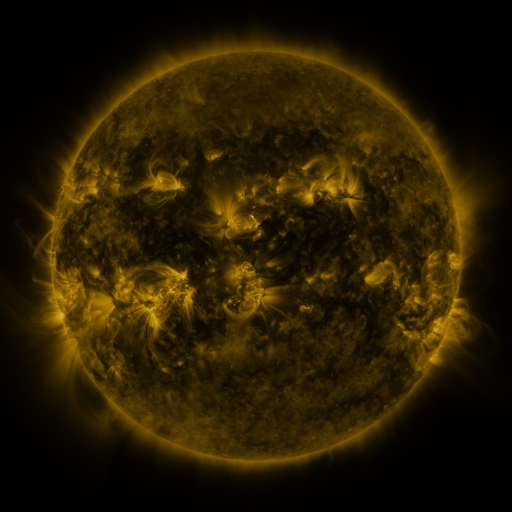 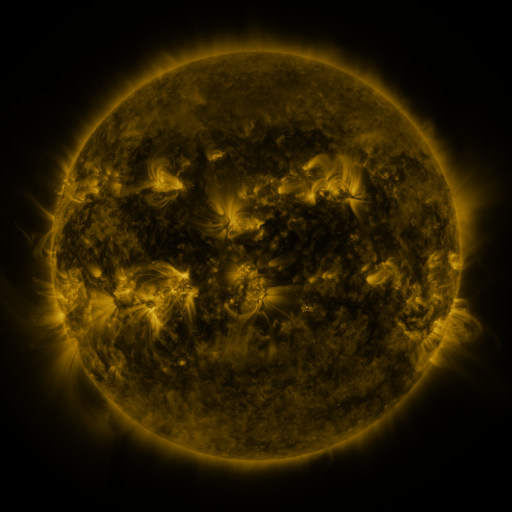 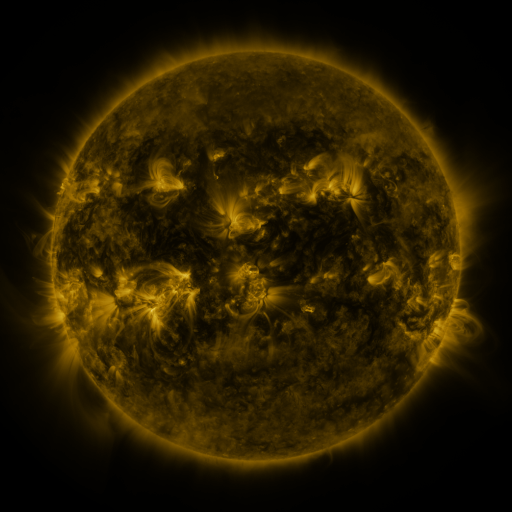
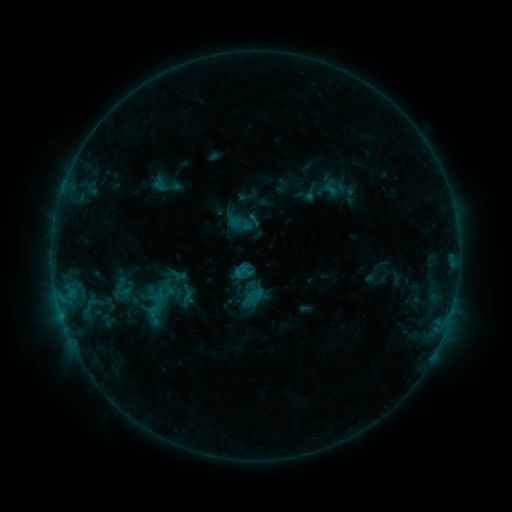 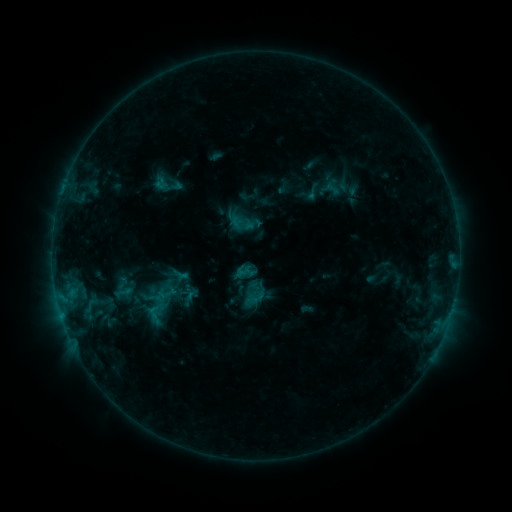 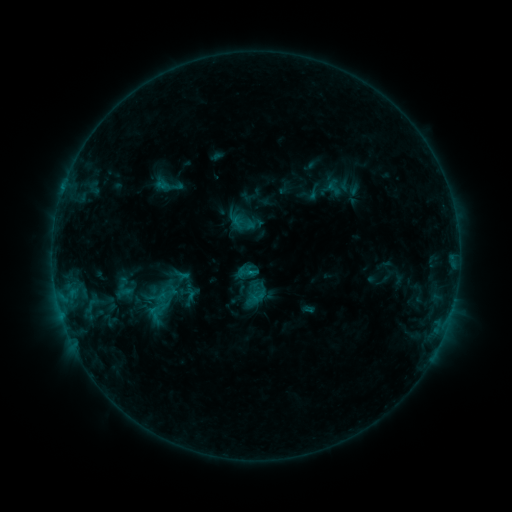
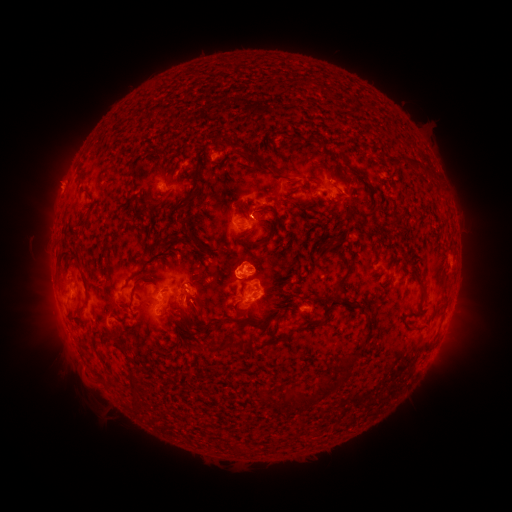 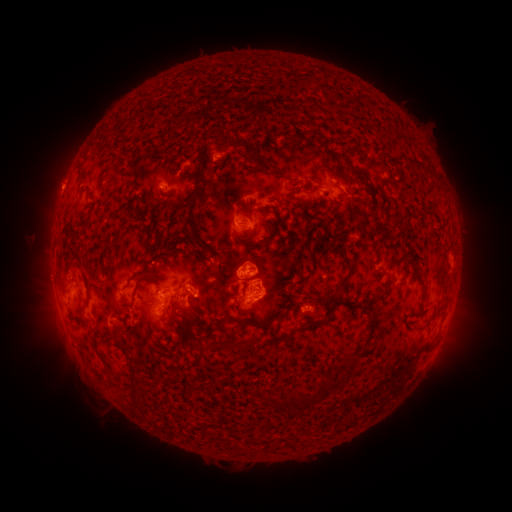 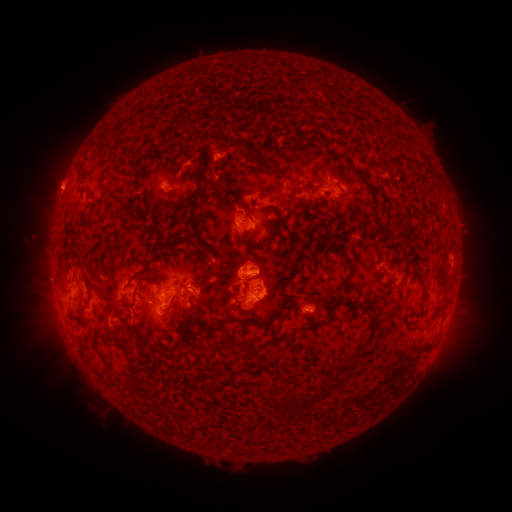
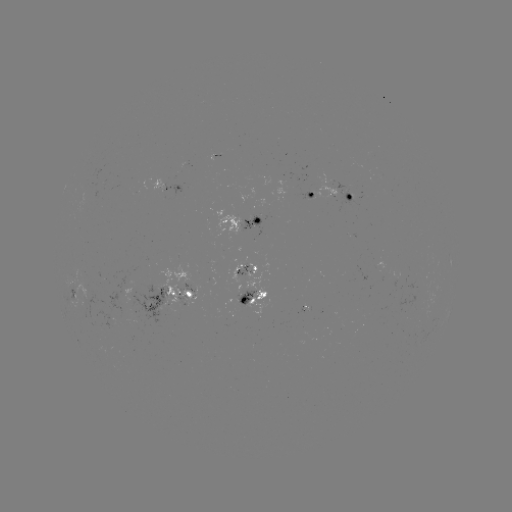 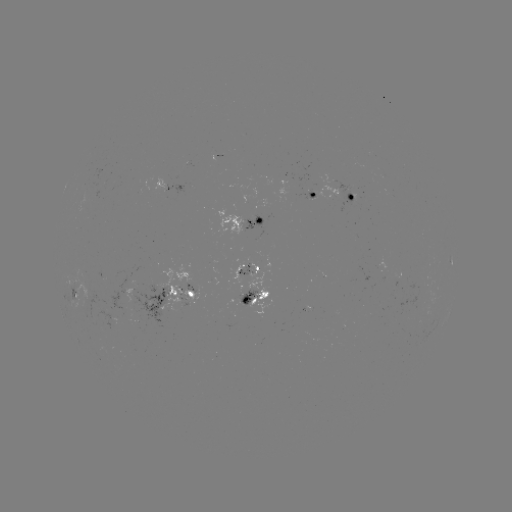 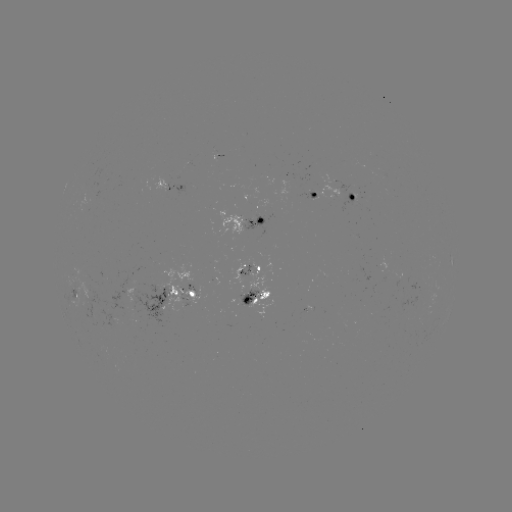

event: emerging-flux region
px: (278, 176)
